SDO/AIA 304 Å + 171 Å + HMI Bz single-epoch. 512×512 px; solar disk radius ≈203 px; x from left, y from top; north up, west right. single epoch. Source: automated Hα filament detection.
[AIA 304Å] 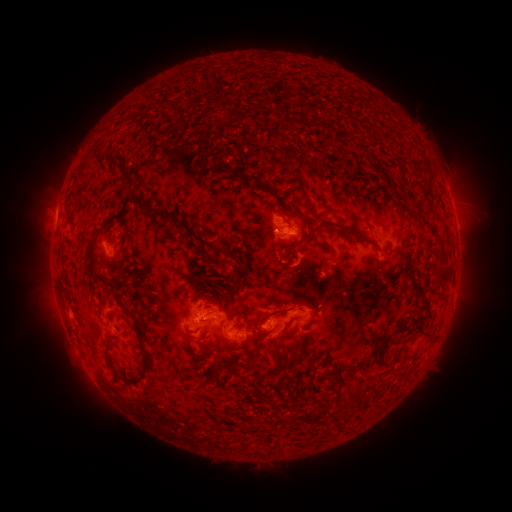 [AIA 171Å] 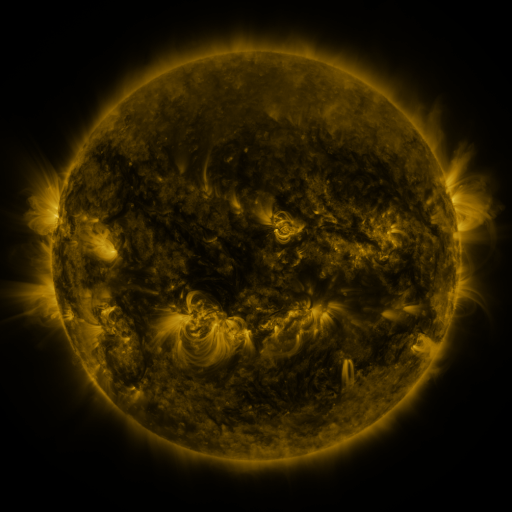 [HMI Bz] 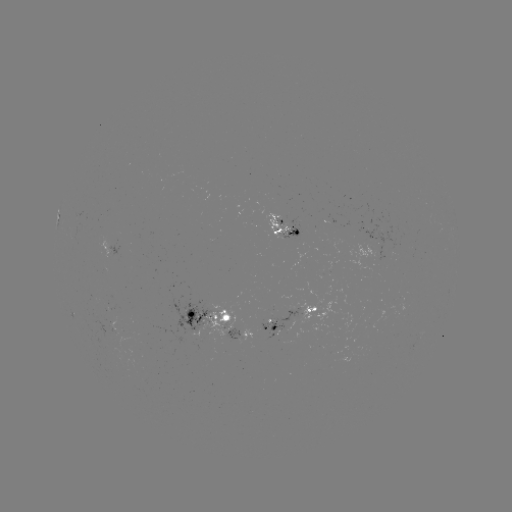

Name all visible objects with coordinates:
filament: (93, 143, 105, 160)
filament: (76, 154, 89, 179)
filament: (235, 169, 257, 182)
filament: (122, 170, 131, 180)
filament: (289, 205, 297, 220)
filament: (143, 207, 230, 258)
filament: (287, 214, 353, 258)
filament: (101, 218, 115, 233)
filament: (332, 226, 373, 242)
filament: (265, 227, 275, 239)
filament: (126, 231, 136, 243)
filament: (86, 241, 102, 279)
filament: (393, 245, 407, 253)
filament: (201, 274, 224, 290)
filament: (234, 274, 242, 290)
filament: (189, 279, 197, 289)
filament: (99, 298, 105, 310)
filament: (254, 305, 307, 331)
filament: (129, 313, 157, 384)
filament: (406, 314, 434, 336)
filament: (277, 316, 296, 340)
filament: (366, 339, 391, 367)
filament: (104, 344, 115, 363)
filament: (248, 355, 257, 364)
filament: (228, 364, 239, 377)
filament: (262, 364, 283, 376)
filament: (254, 379, 263, 392)
filament: (347, 380, 365, 393)
